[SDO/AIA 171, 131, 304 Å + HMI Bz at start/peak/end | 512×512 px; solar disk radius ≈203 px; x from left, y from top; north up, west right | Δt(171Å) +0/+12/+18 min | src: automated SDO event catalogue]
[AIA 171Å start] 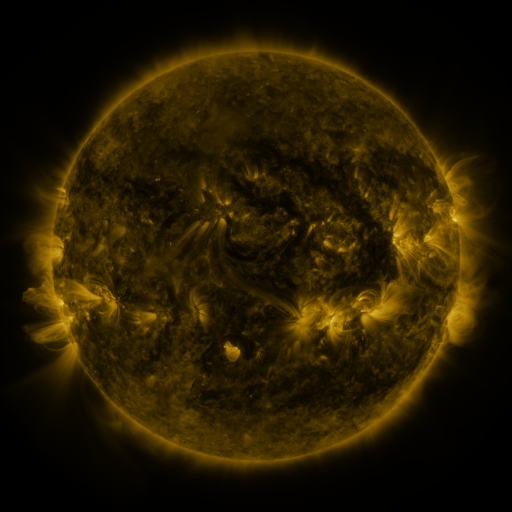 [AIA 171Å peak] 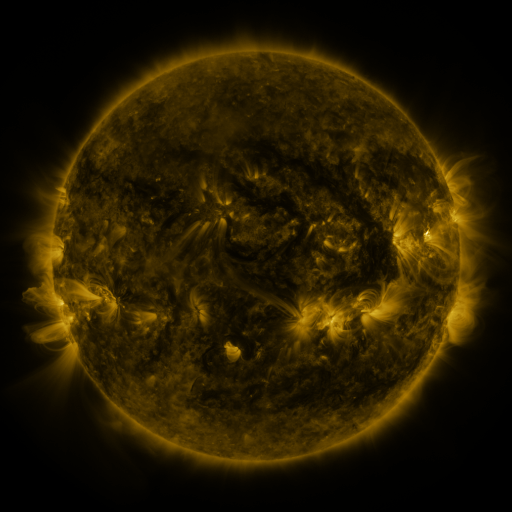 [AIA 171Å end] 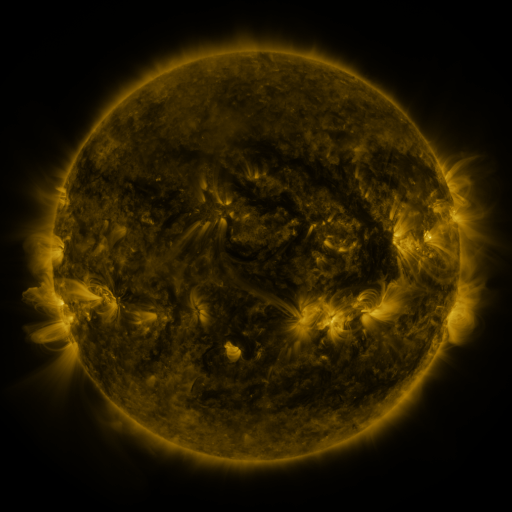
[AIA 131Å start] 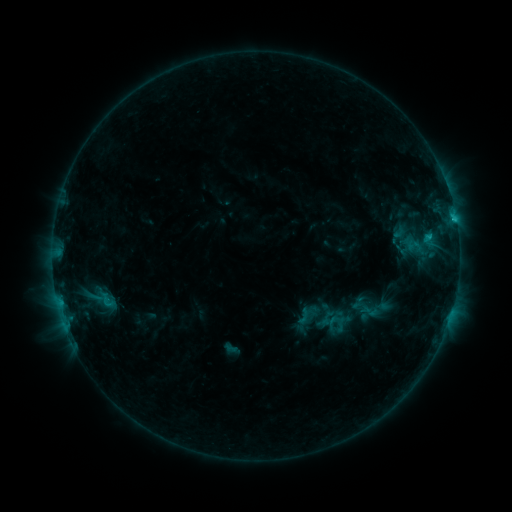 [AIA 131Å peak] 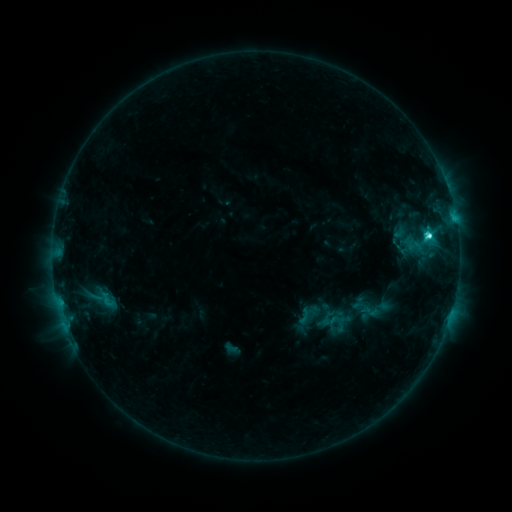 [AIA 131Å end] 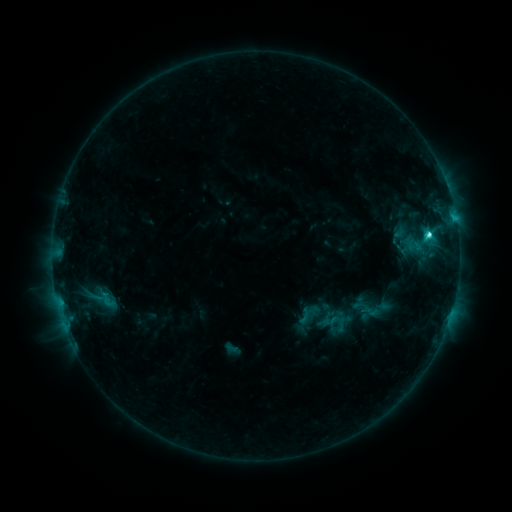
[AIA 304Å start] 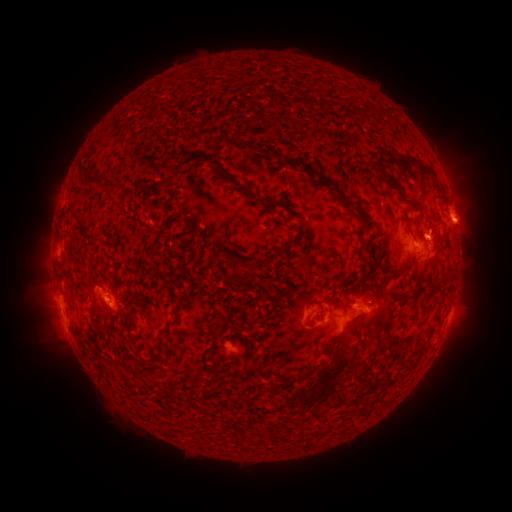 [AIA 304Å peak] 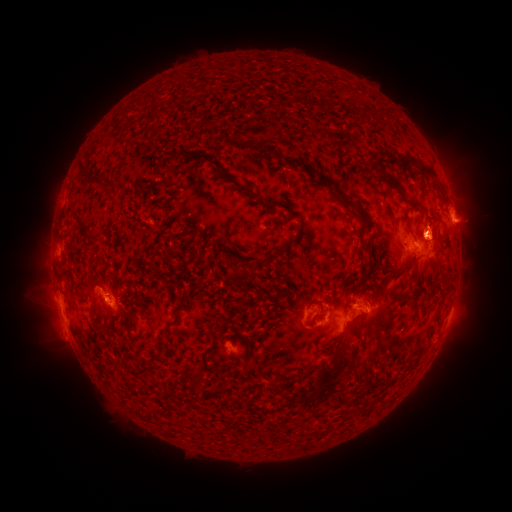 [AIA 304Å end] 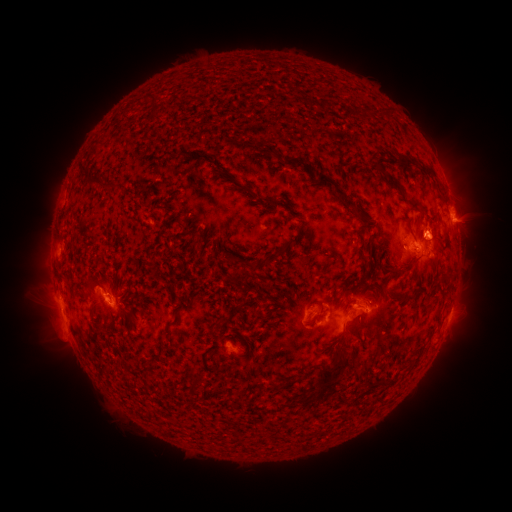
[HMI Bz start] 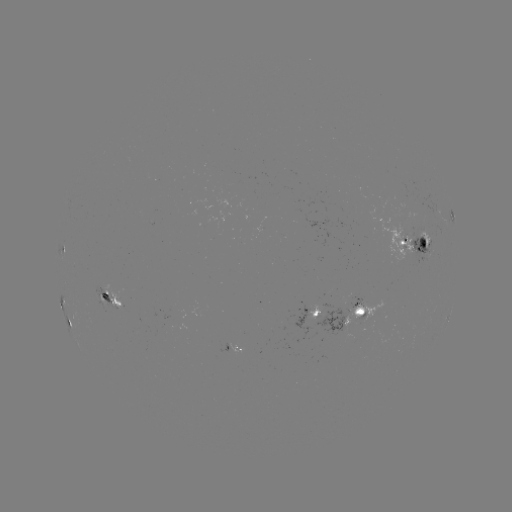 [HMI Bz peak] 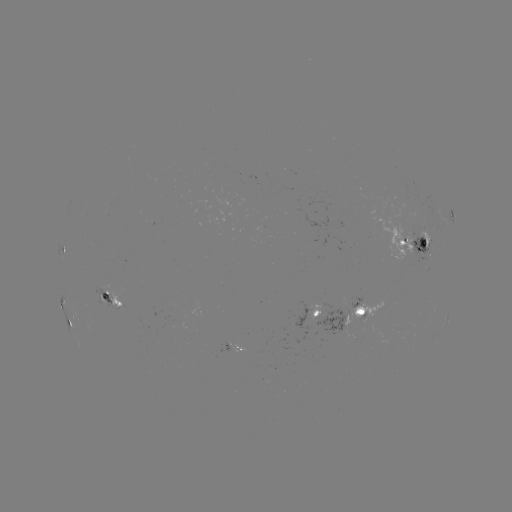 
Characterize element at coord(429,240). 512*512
C4.3 flare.